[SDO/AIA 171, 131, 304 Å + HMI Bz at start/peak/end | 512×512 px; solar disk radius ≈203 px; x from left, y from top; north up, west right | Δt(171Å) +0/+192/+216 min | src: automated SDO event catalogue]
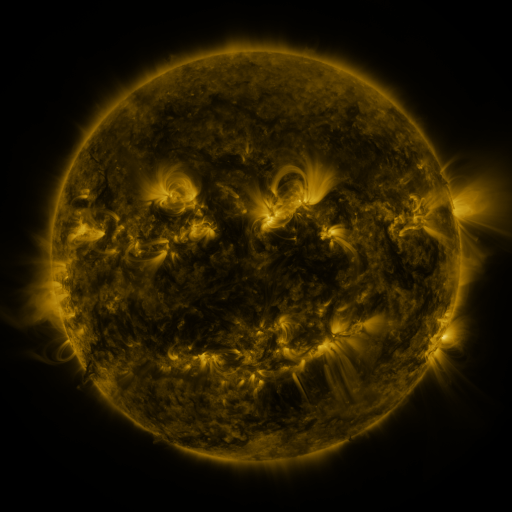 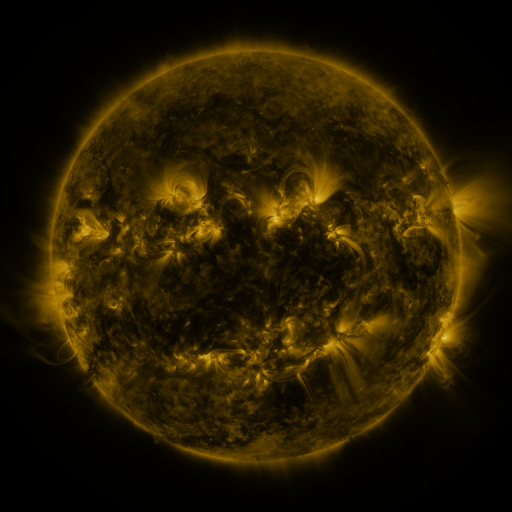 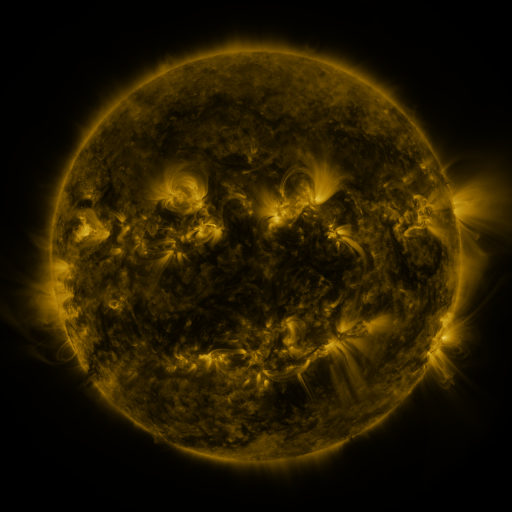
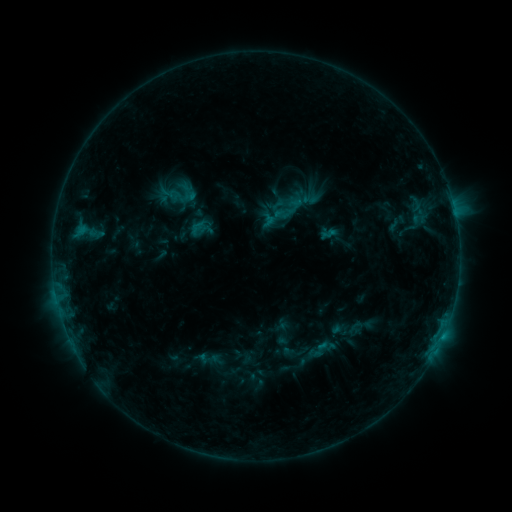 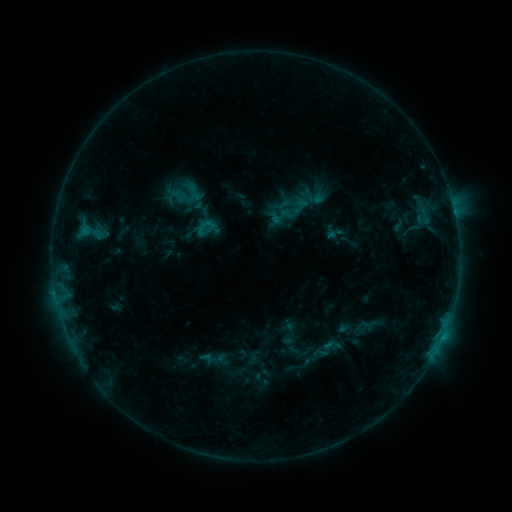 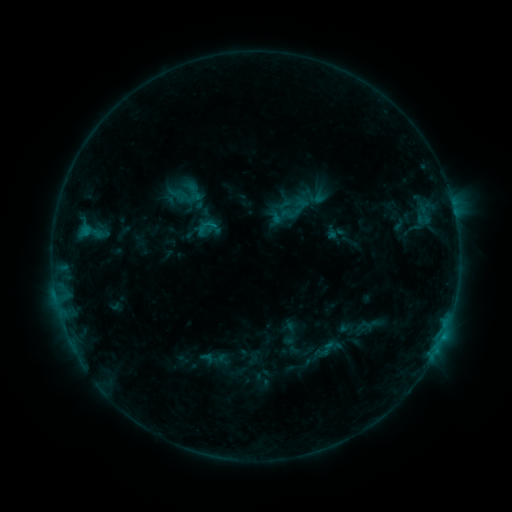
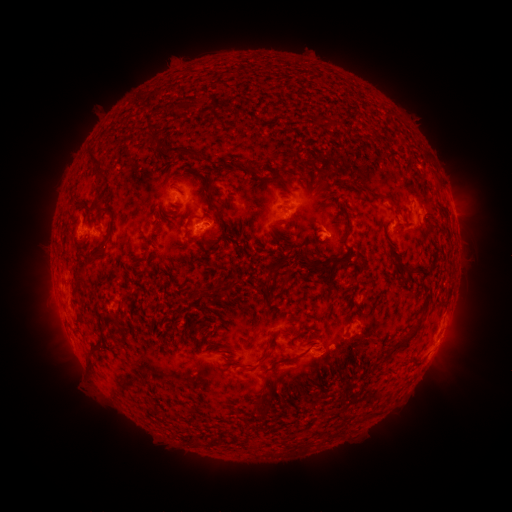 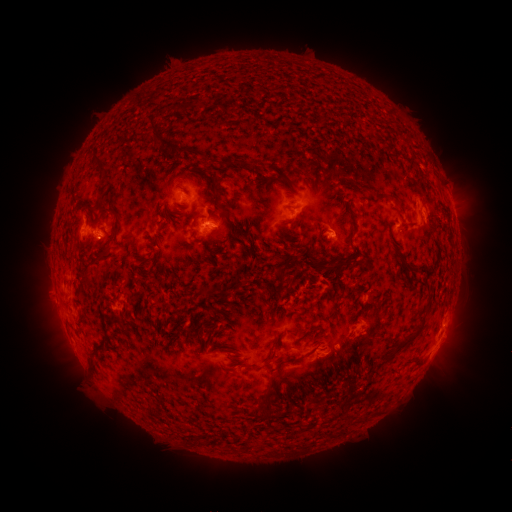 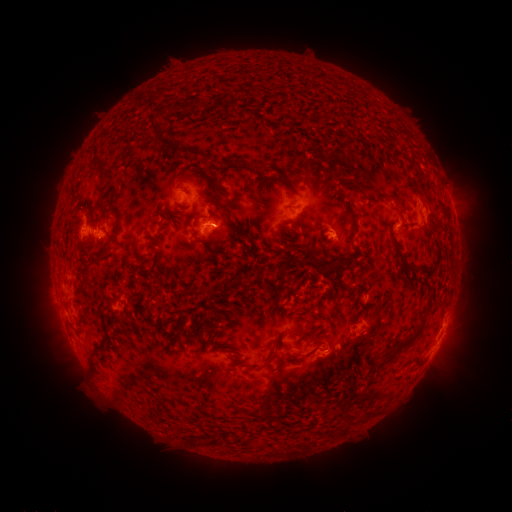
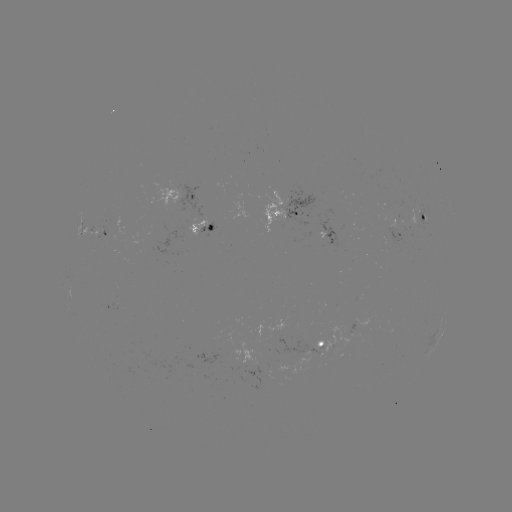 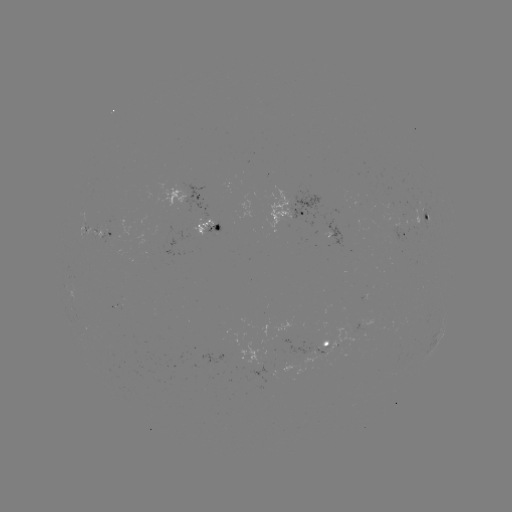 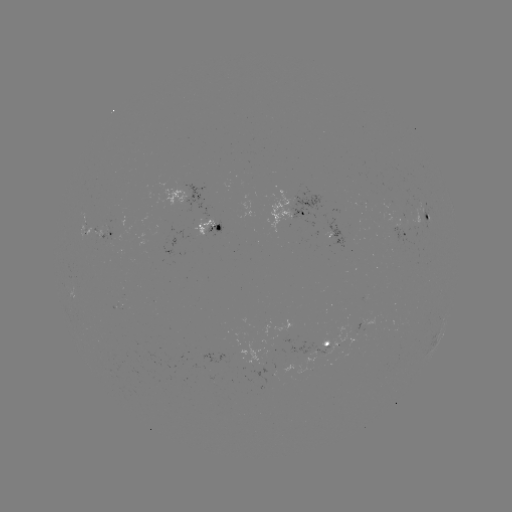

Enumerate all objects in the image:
emerging-flux region: (208, 230)
